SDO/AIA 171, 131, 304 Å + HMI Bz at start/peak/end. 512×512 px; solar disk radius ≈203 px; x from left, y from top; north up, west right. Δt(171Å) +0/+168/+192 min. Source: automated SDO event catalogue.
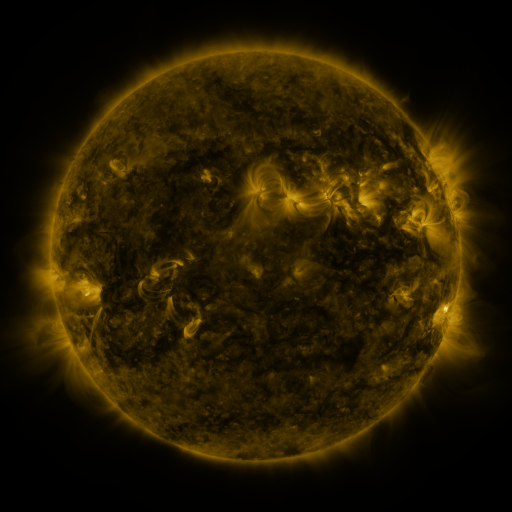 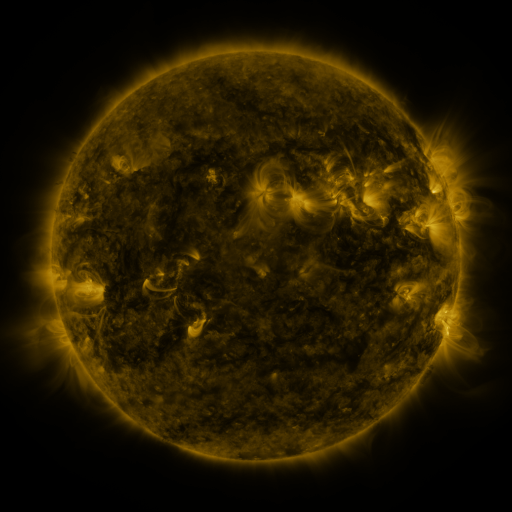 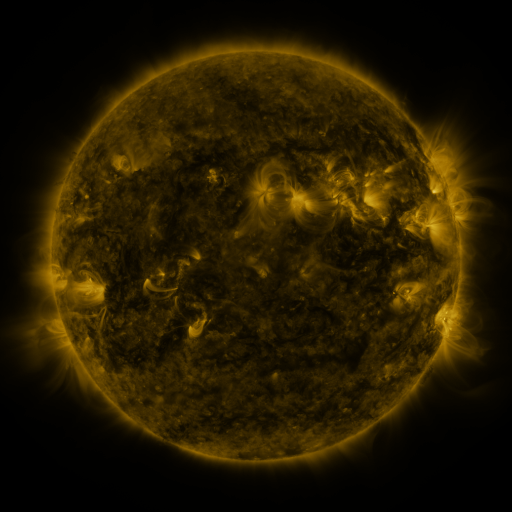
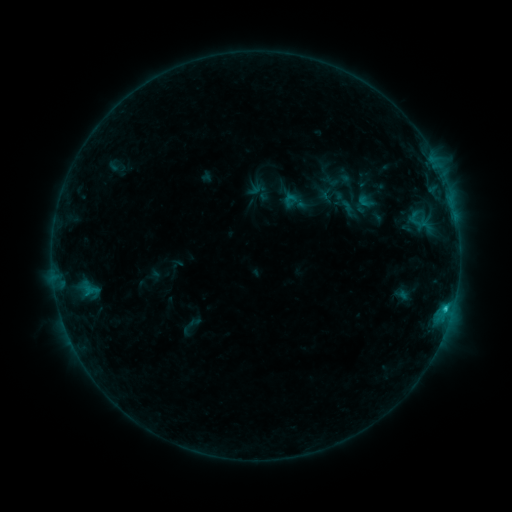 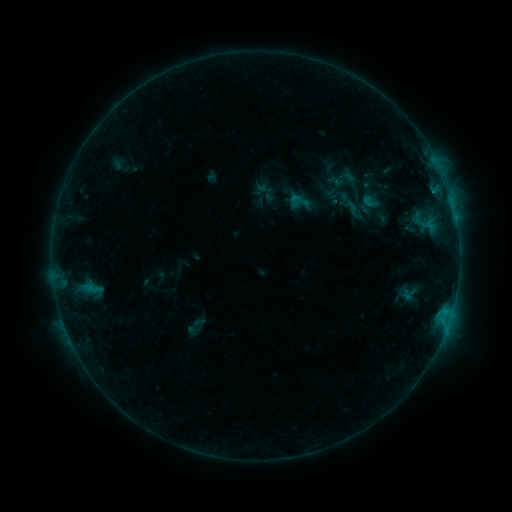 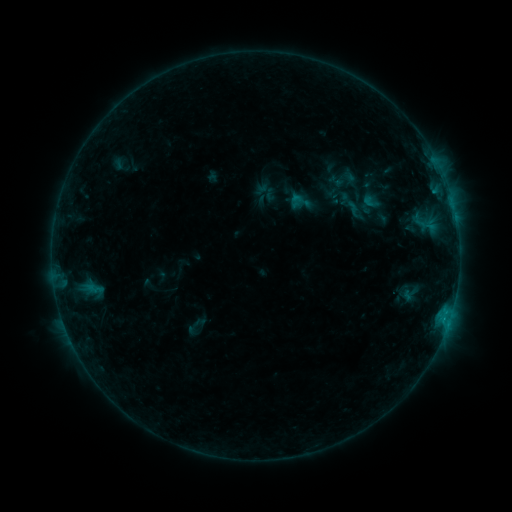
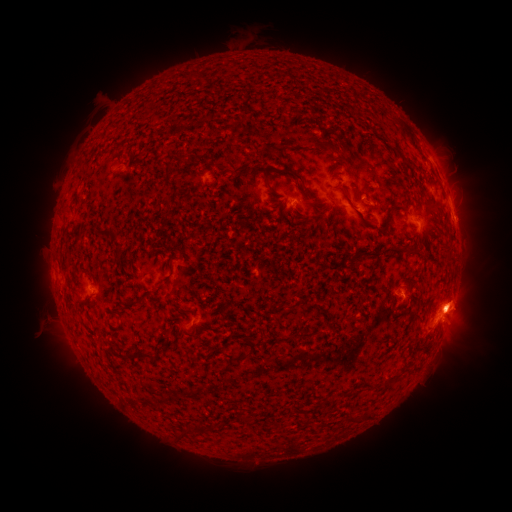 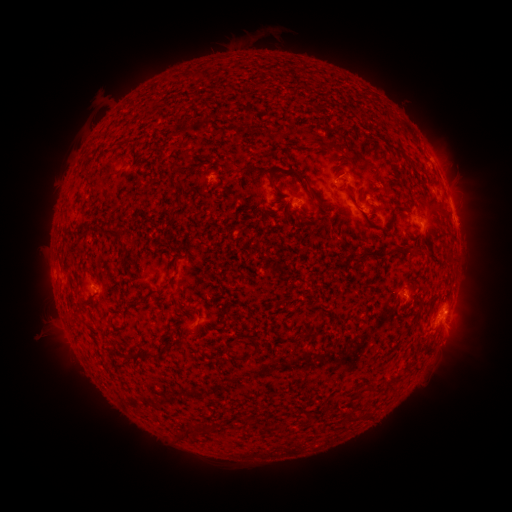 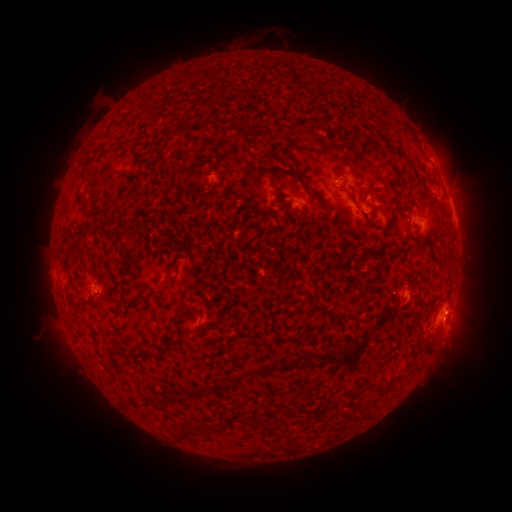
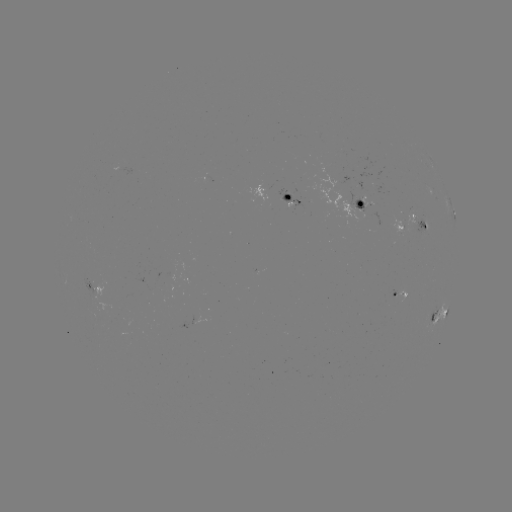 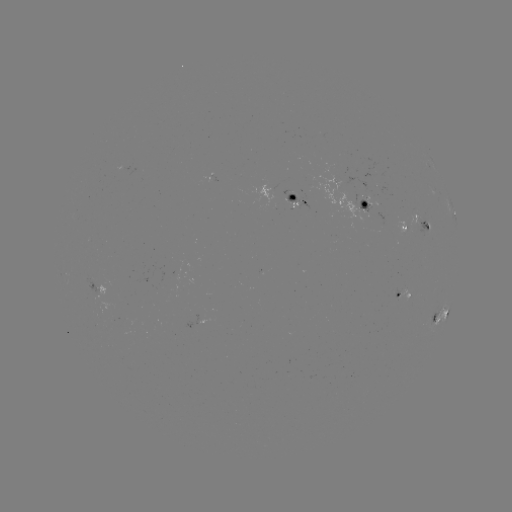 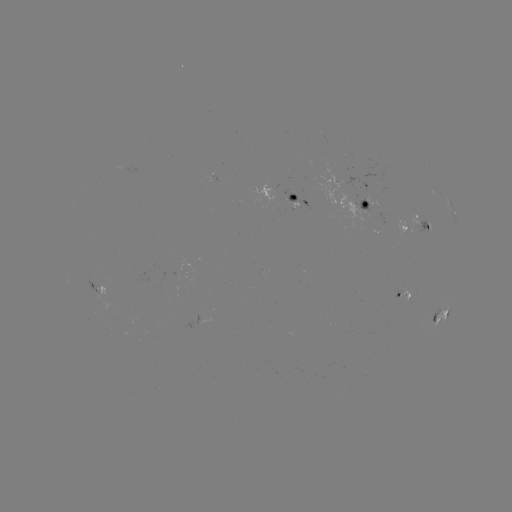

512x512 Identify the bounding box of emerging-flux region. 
[408, 211, 418, 226].